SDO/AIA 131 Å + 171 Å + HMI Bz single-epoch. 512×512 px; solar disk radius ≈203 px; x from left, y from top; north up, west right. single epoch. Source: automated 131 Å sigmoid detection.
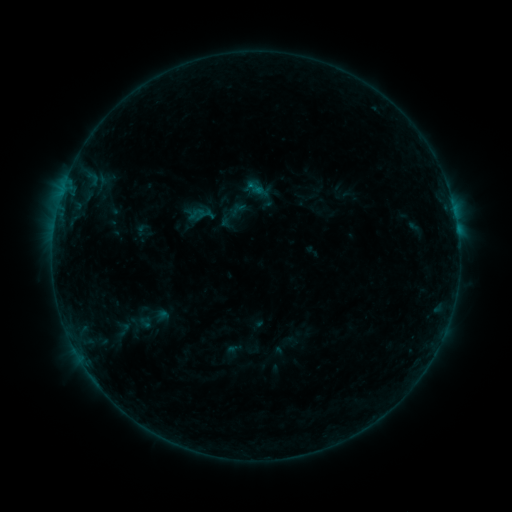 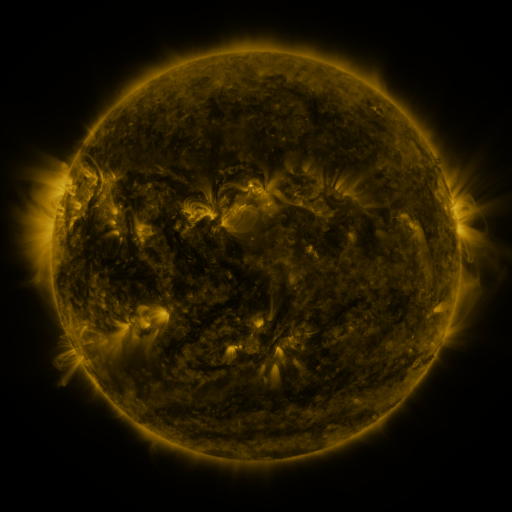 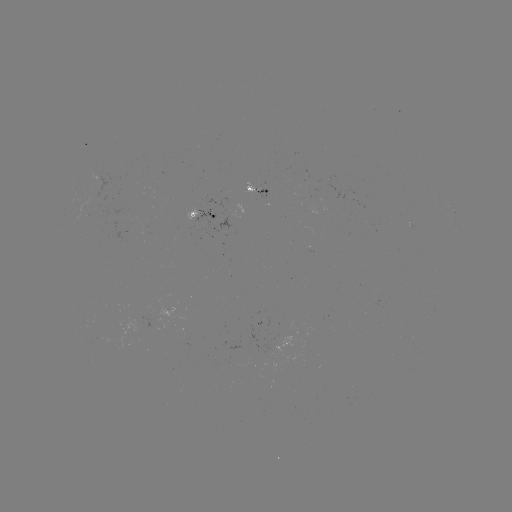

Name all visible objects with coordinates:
sigmoid: (123, 329)
